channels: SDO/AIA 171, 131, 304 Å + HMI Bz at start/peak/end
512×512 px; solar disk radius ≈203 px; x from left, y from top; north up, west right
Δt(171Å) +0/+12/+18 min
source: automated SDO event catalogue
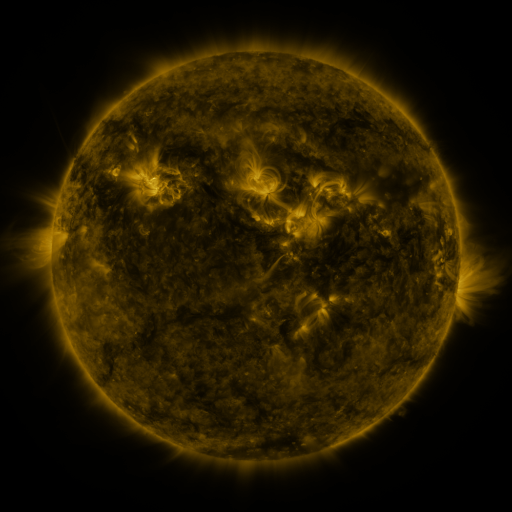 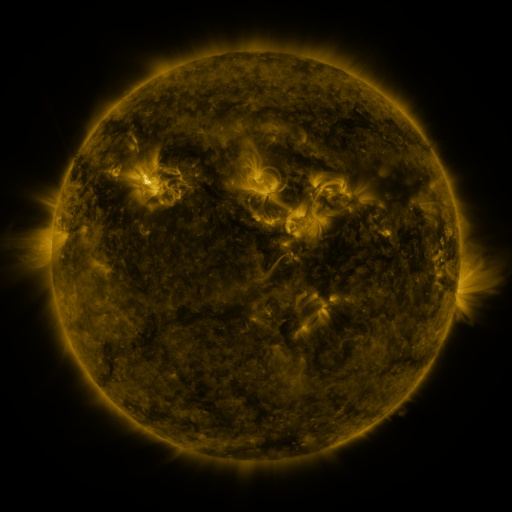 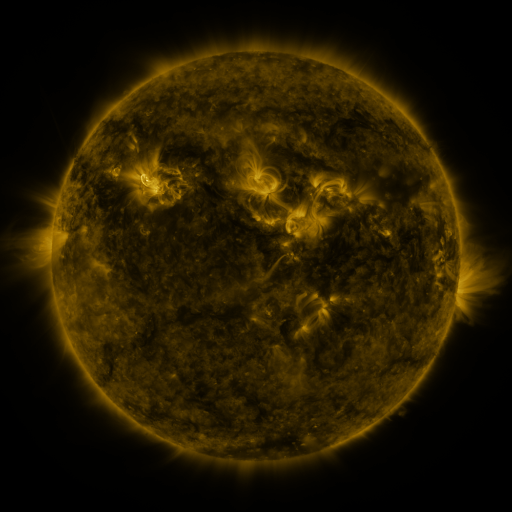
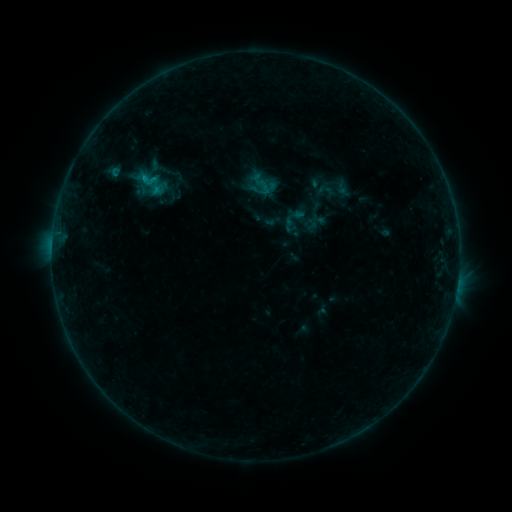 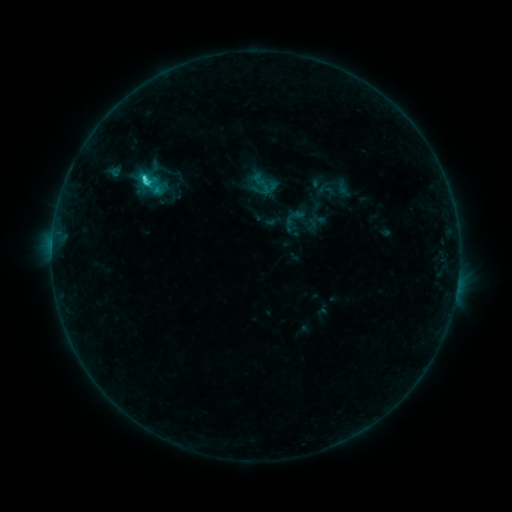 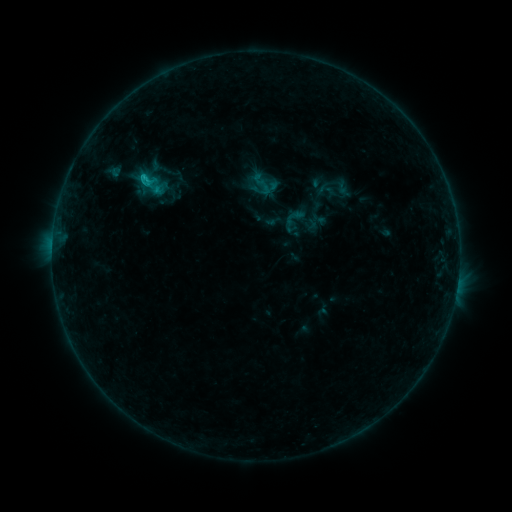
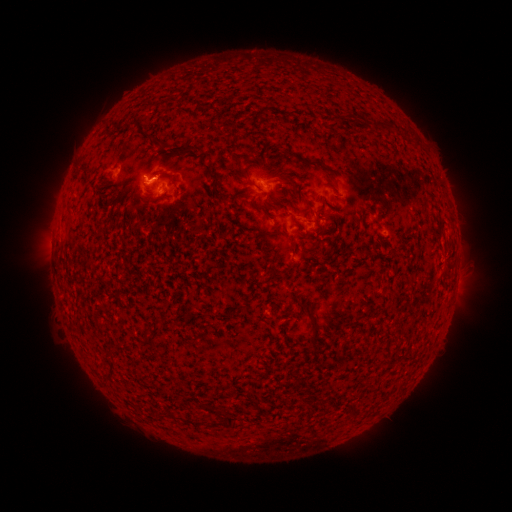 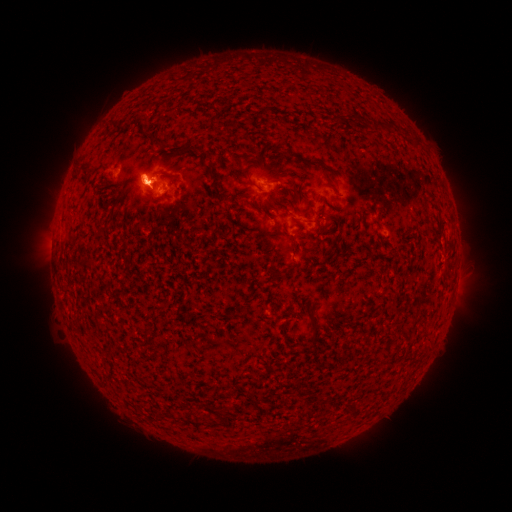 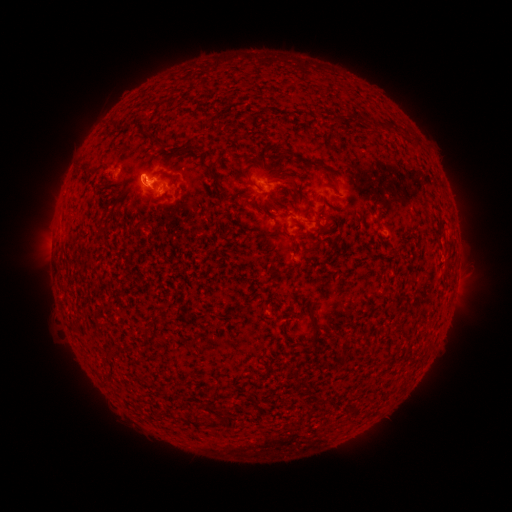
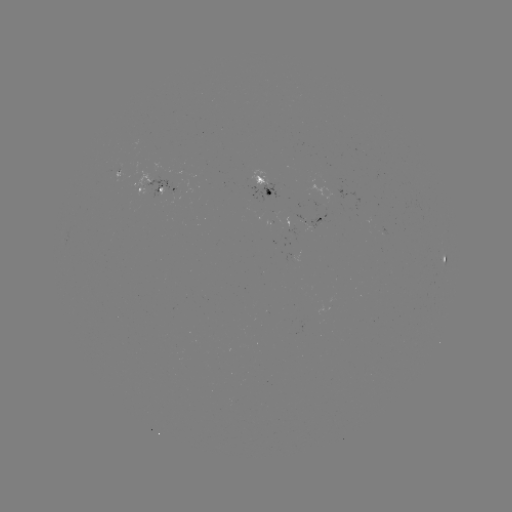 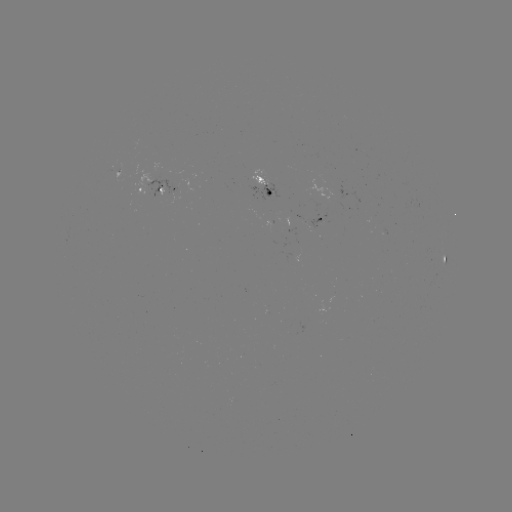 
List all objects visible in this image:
eruption: (141, 176)
